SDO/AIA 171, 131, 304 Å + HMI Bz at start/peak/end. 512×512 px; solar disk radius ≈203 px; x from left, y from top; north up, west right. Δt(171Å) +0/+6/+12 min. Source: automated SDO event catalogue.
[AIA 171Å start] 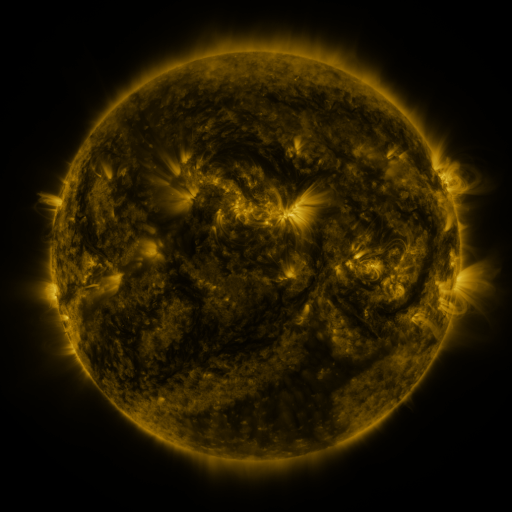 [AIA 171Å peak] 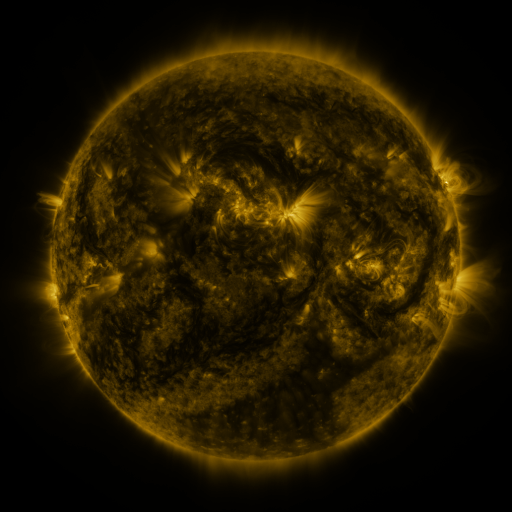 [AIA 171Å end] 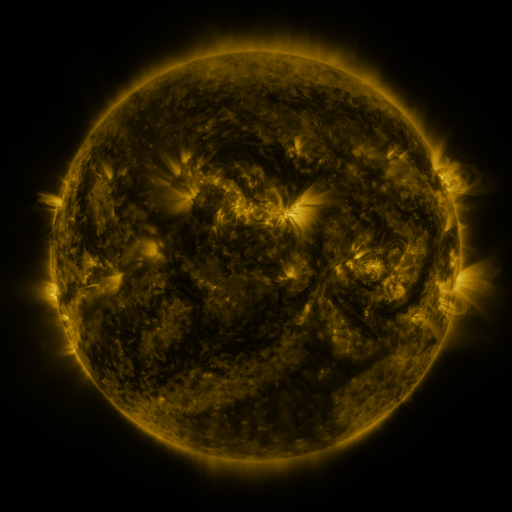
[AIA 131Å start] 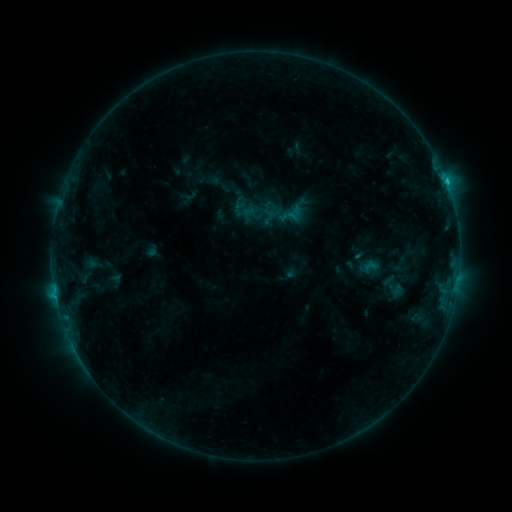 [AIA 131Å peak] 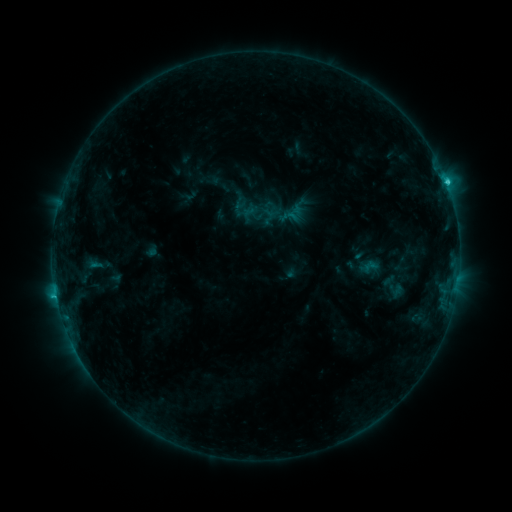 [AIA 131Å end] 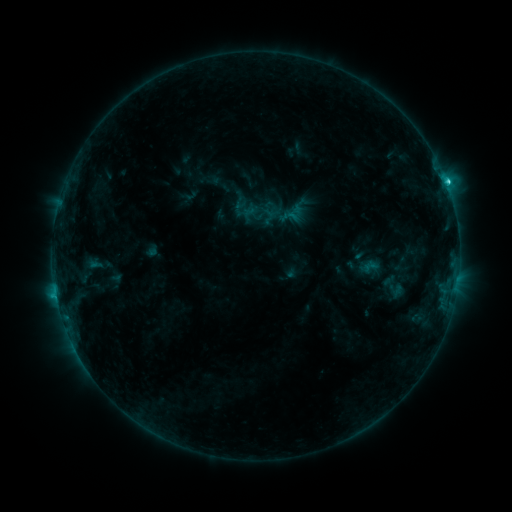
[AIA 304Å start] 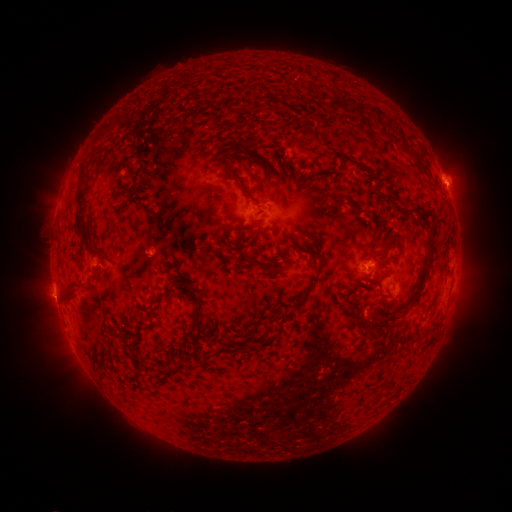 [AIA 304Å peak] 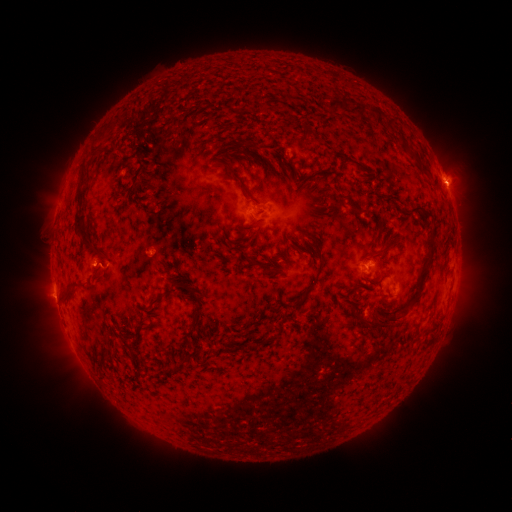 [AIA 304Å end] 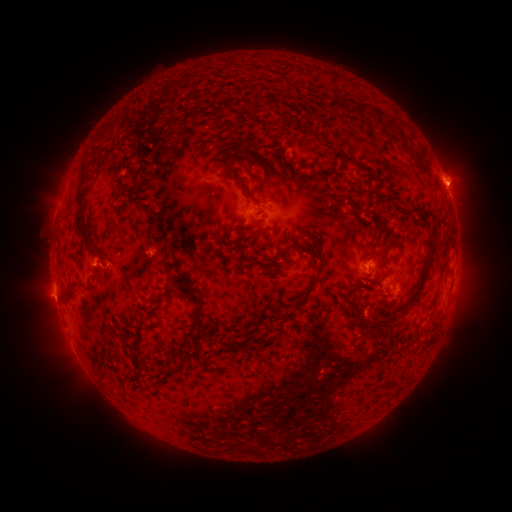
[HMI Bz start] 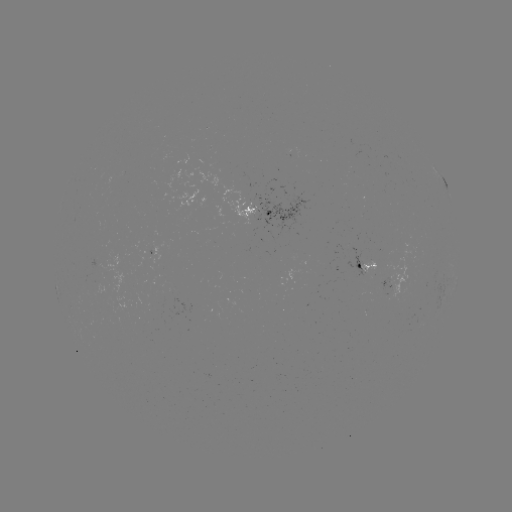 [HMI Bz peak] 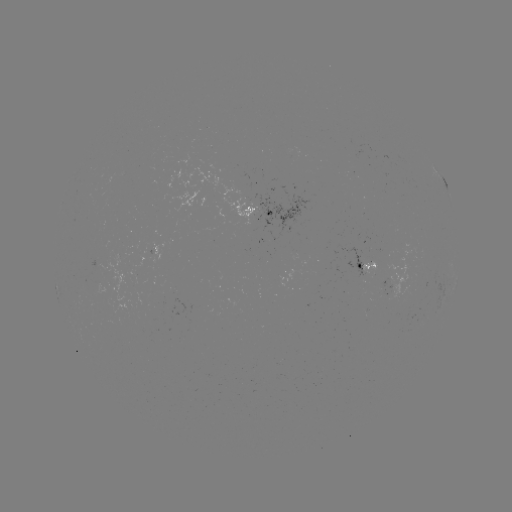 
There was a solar flare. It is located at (446, 185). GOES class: C2.5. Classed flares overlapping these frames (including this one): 1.